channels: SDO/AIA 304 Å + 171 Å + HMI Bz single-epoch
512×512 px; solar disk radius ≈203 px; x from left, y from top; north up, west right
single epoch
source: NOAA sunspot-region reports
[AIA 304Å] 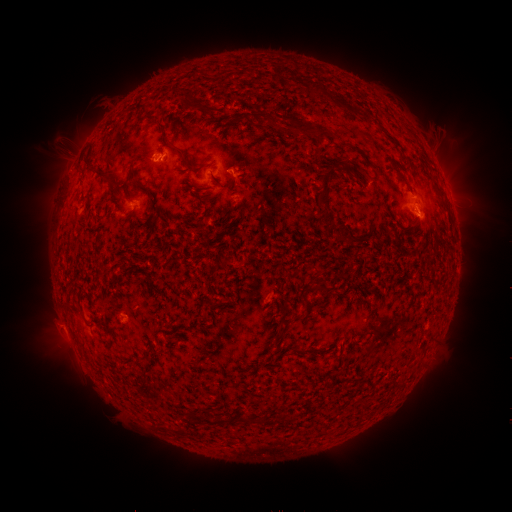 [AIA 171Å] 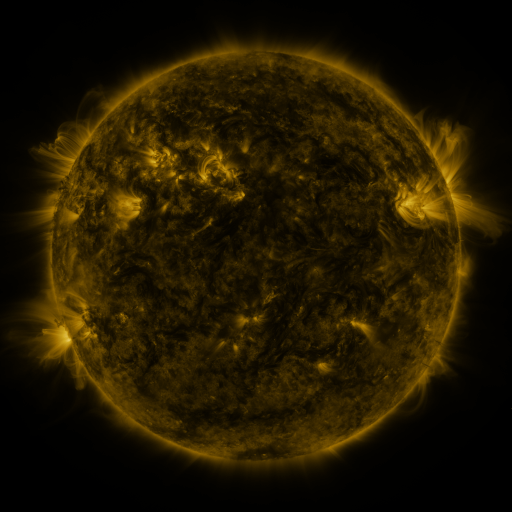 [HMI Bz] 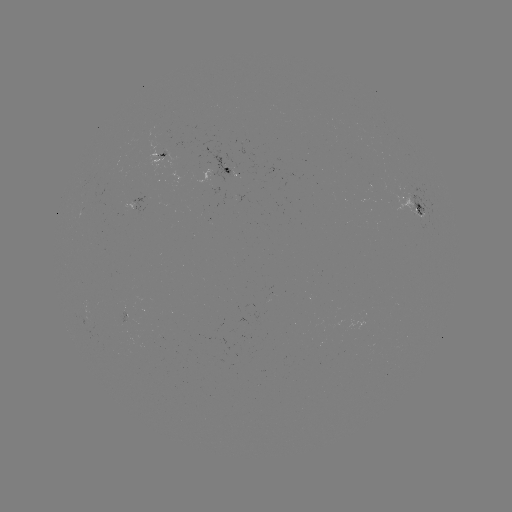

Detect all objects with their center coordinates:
spotted active region: (158, 158)
spotted active region: (232, 168)
spotted active region: (411, 204)
